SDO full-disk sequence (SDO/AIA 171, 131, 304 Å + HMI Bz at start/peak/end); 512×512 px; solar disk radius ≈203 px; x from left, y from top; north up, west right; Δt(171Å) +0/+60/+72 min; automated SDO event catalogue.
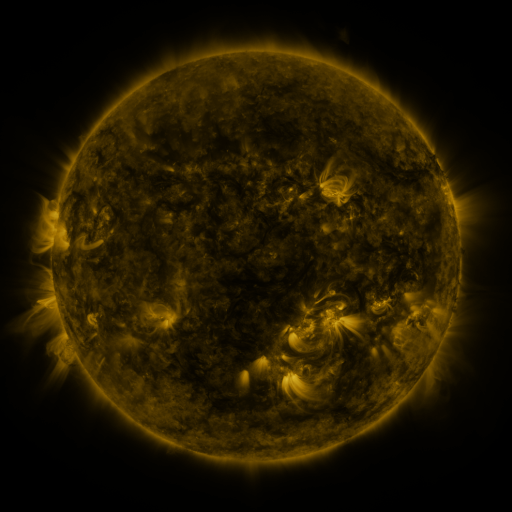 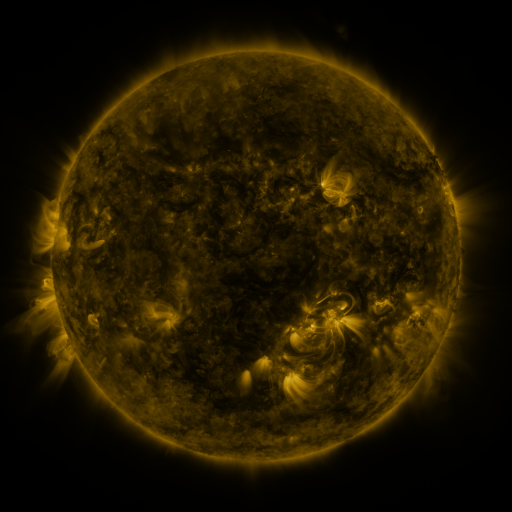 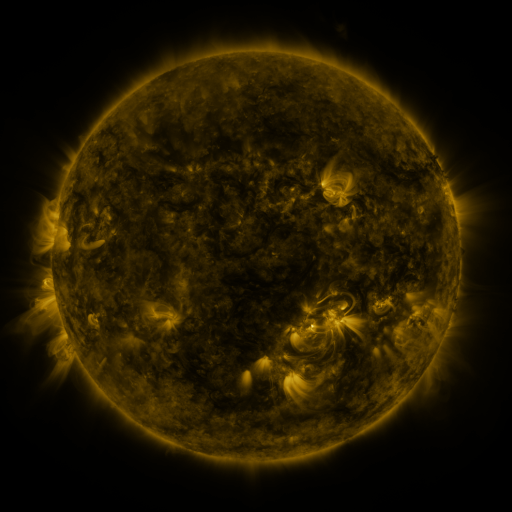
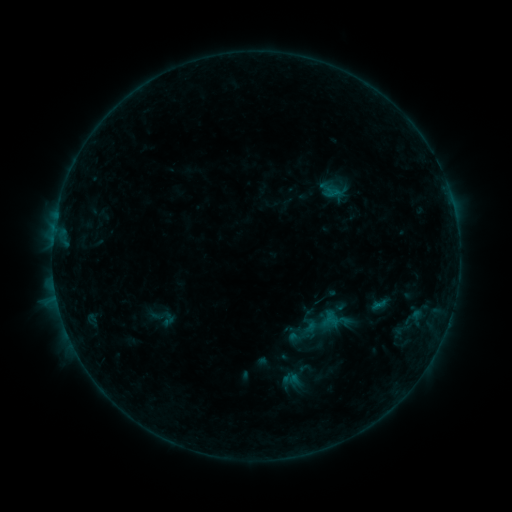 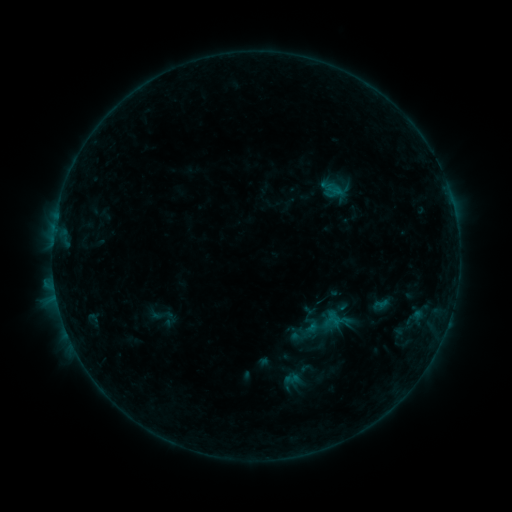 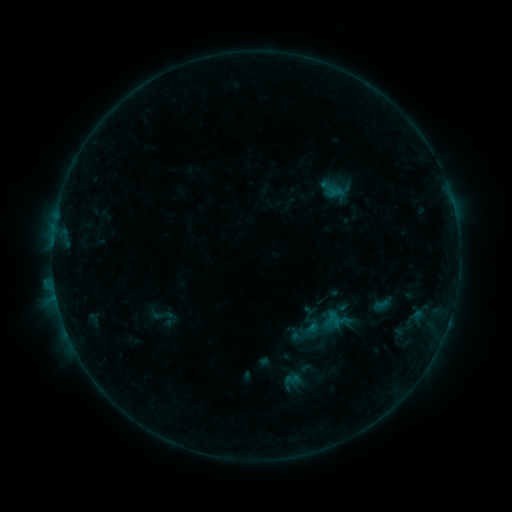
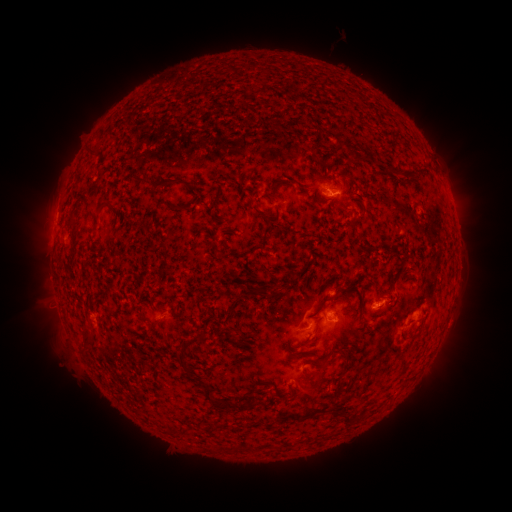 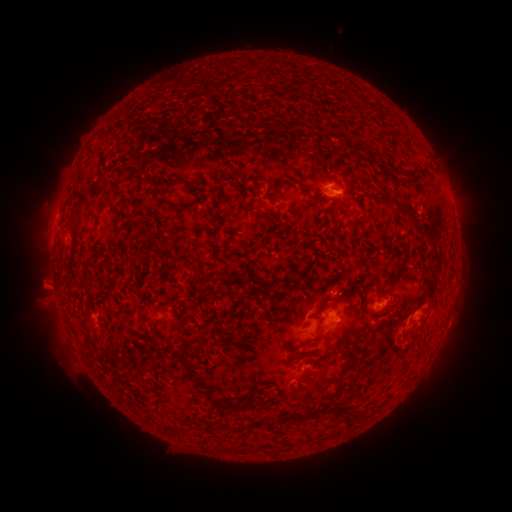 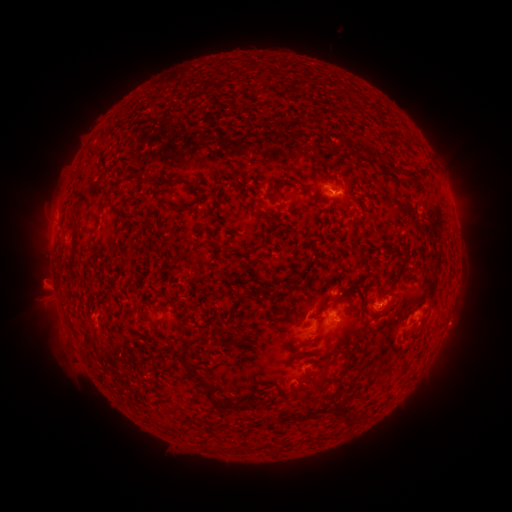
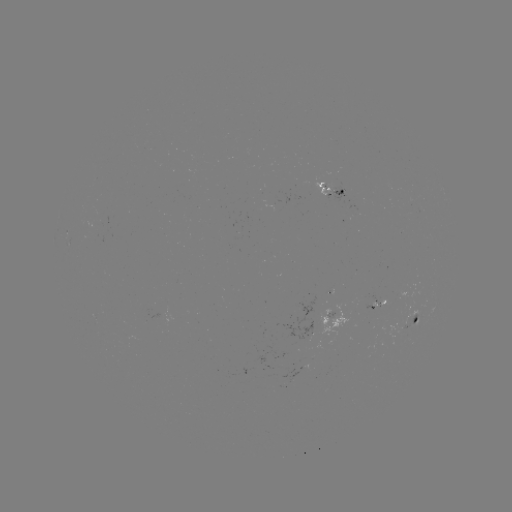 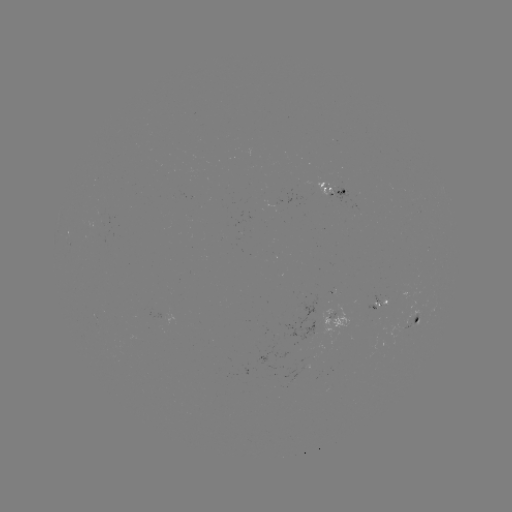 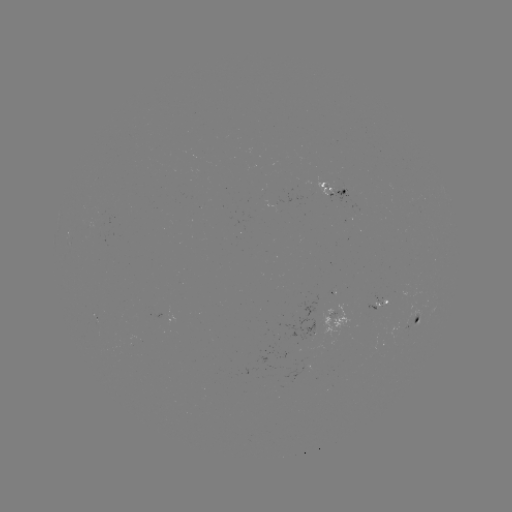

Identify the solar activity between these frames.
emerging-flux region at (381, 298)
